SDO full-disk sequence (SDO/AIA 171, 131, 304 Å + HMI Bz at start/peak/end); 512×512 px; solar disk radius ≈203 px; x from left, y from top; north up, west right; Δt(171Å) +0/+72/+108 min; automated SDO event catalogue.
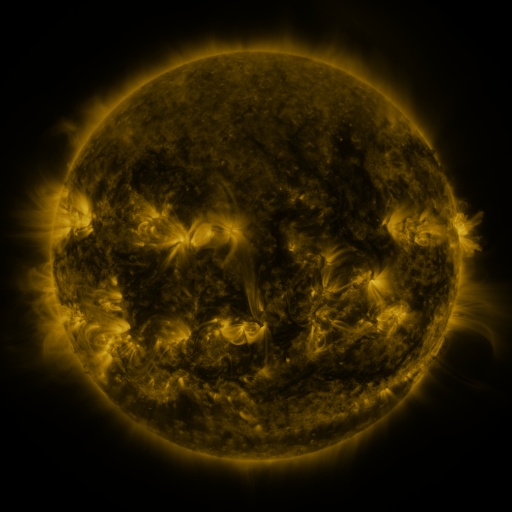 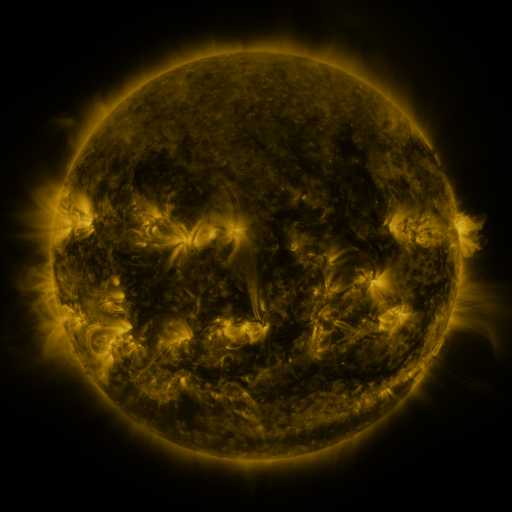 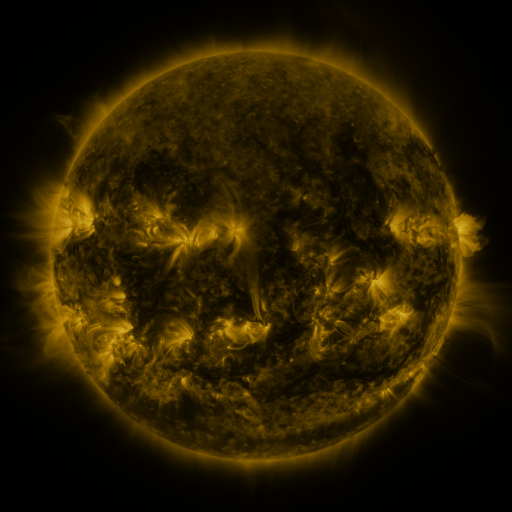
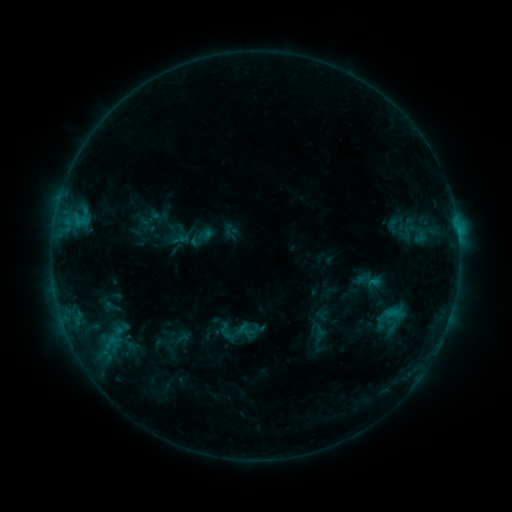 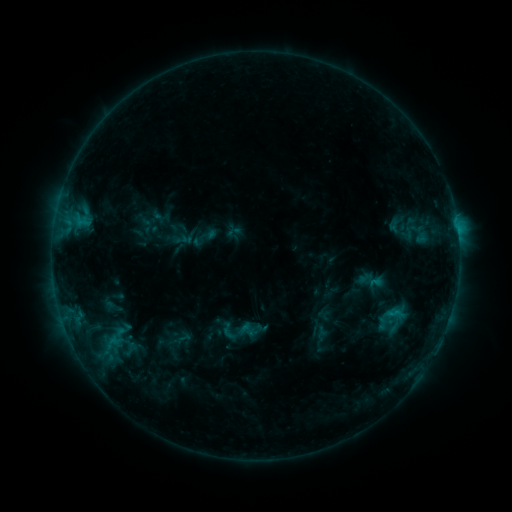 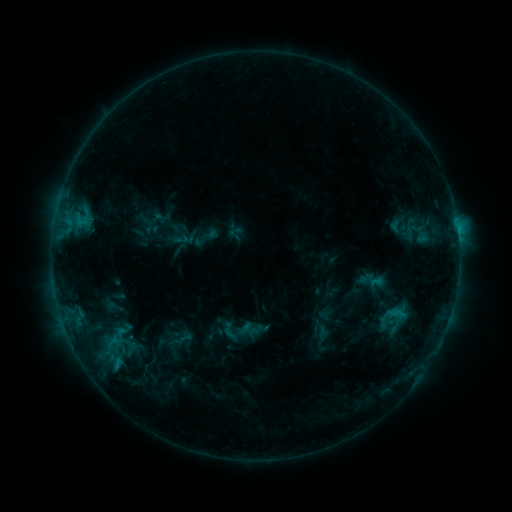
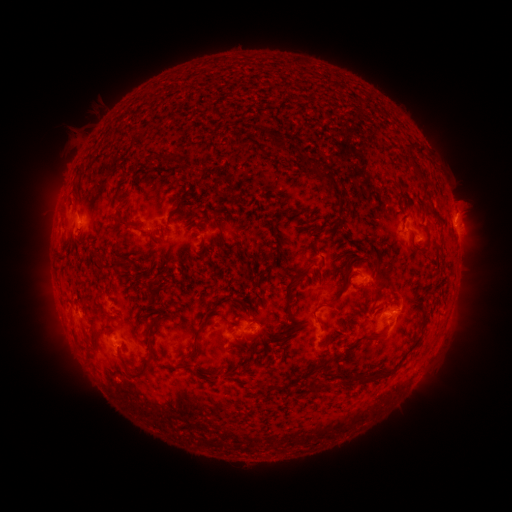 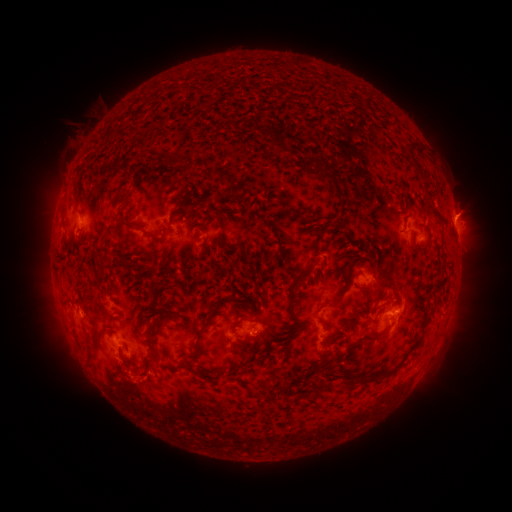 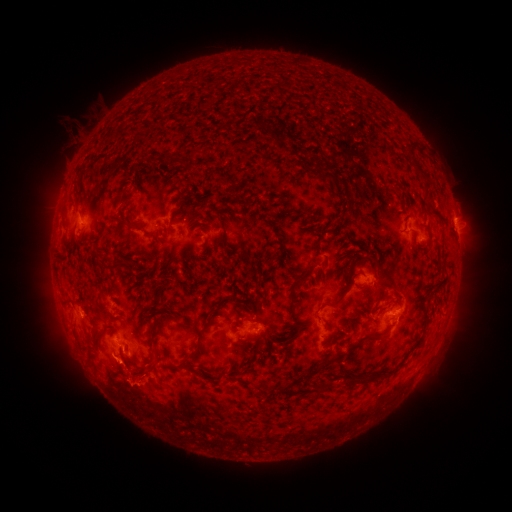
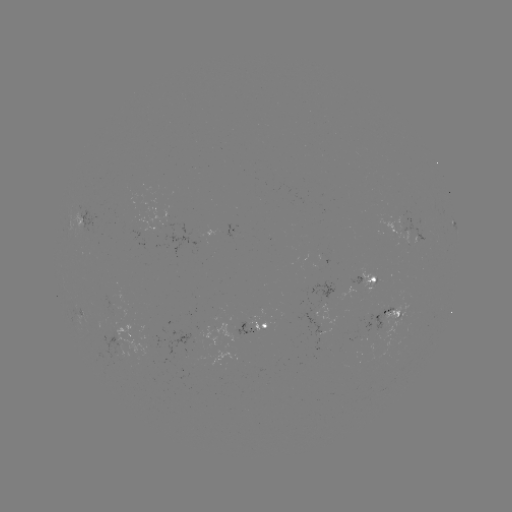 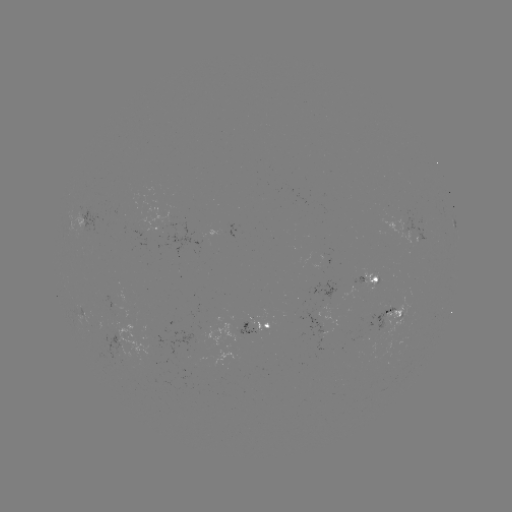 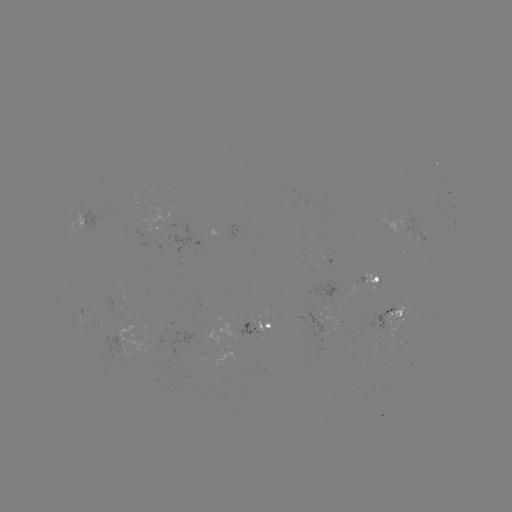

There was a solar emerging-flux region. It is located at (113, 299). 